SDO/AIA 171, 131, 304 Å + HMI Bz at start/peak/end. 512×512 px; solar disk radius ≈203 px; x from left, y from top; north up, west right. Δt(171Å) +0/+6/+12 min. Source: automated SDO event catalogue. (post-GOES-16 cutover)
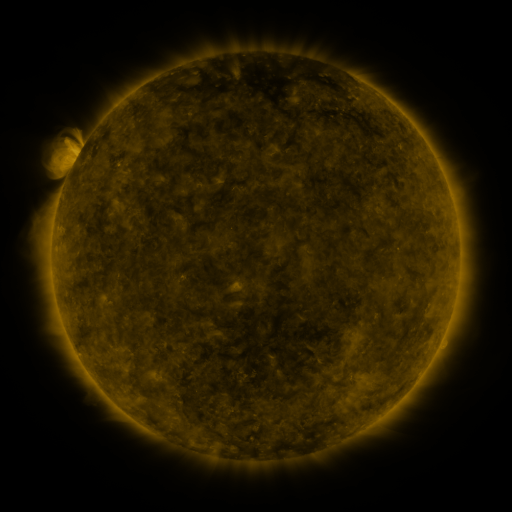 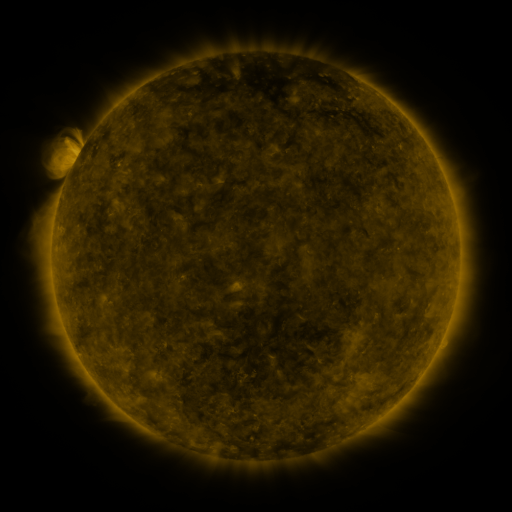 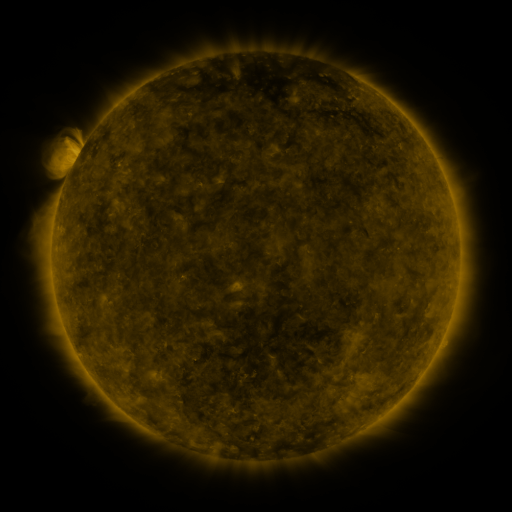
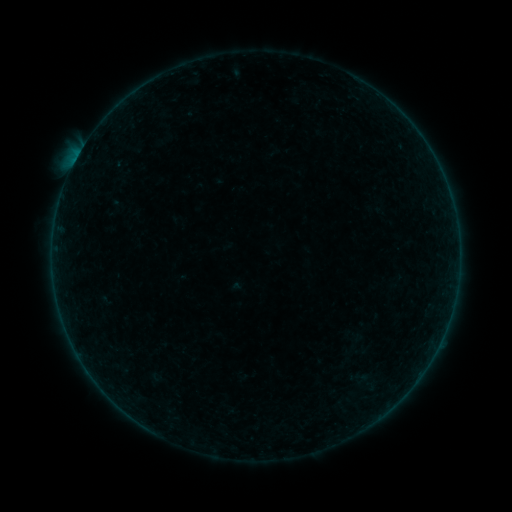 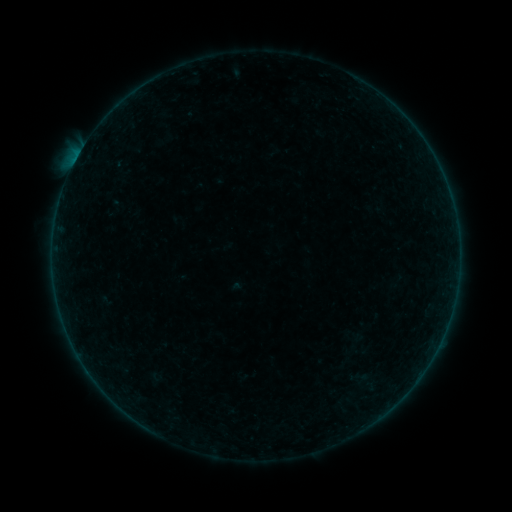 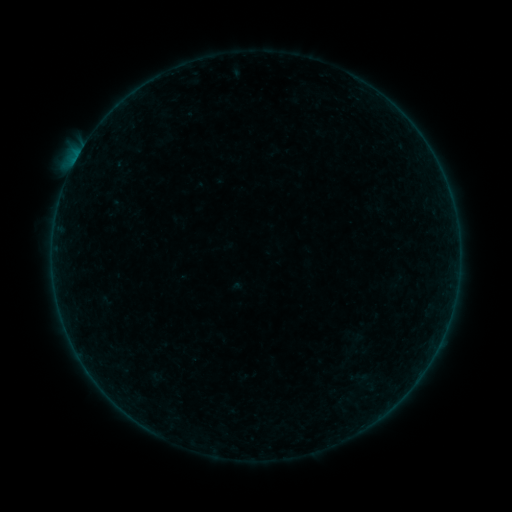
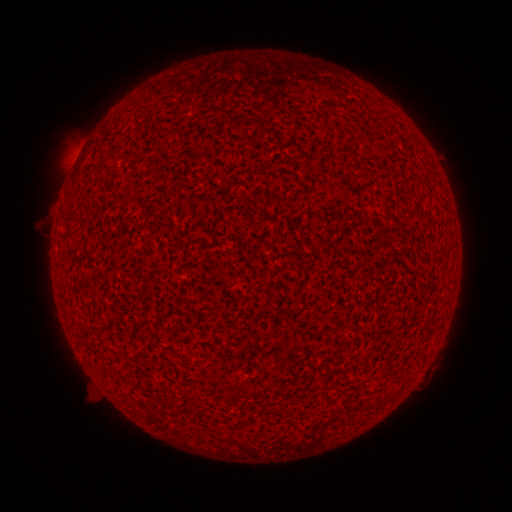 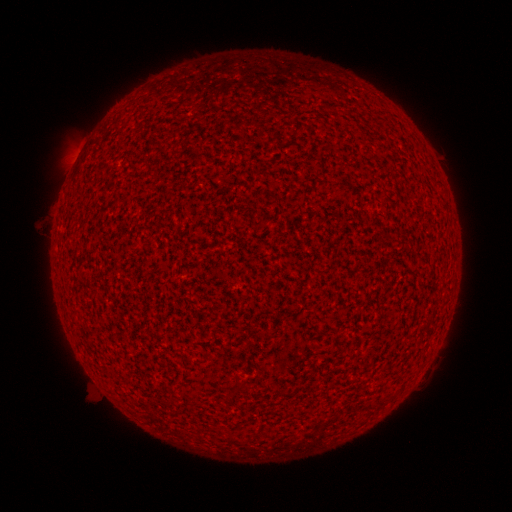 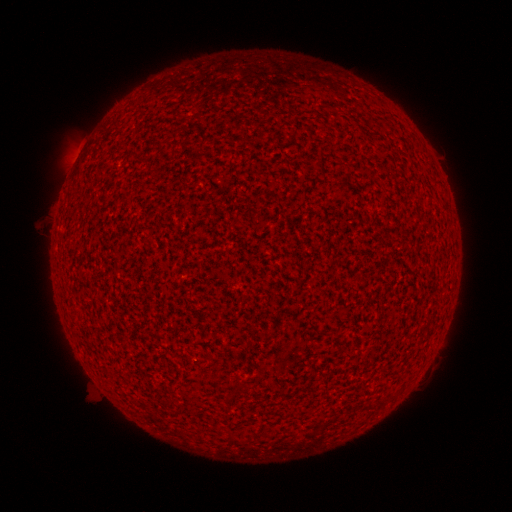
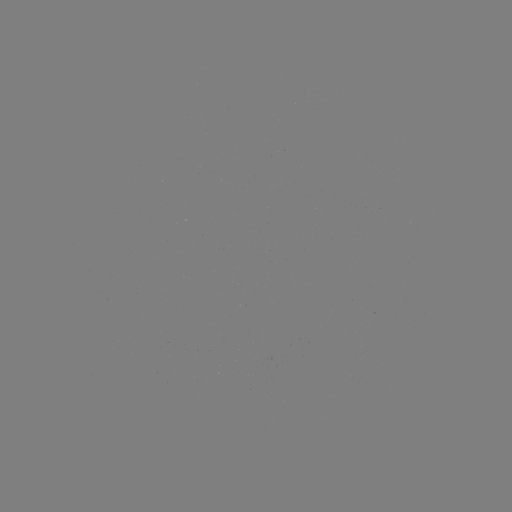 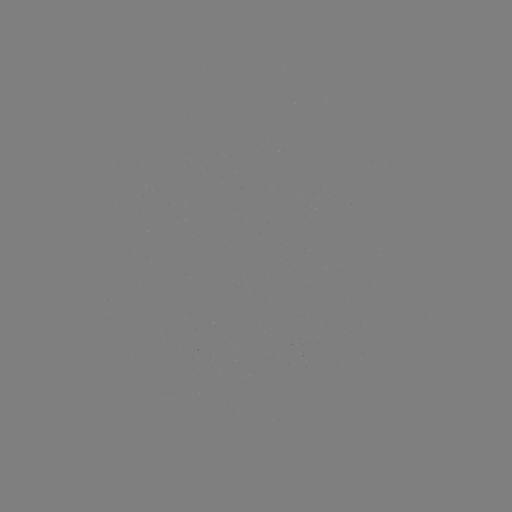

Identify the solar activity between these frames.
A8.3 flare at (76, 162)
